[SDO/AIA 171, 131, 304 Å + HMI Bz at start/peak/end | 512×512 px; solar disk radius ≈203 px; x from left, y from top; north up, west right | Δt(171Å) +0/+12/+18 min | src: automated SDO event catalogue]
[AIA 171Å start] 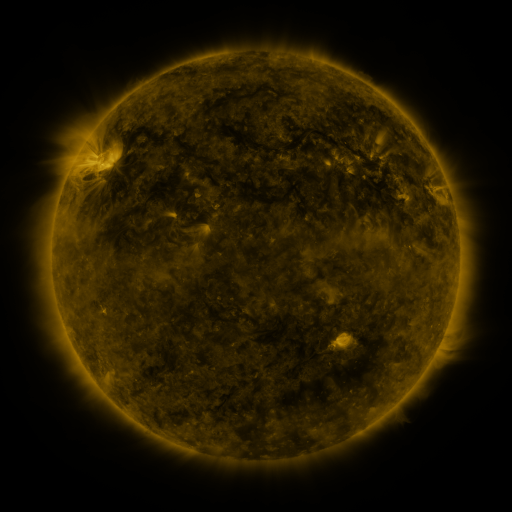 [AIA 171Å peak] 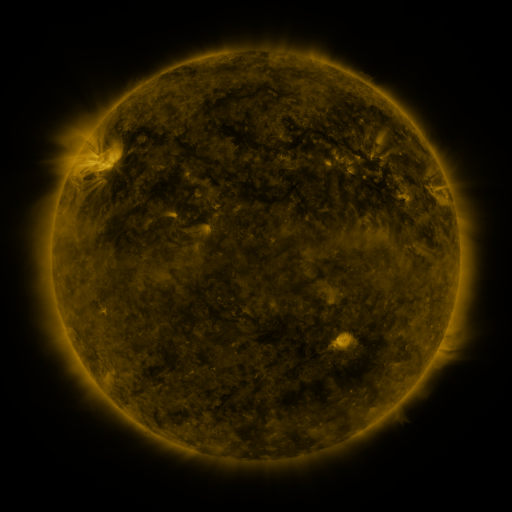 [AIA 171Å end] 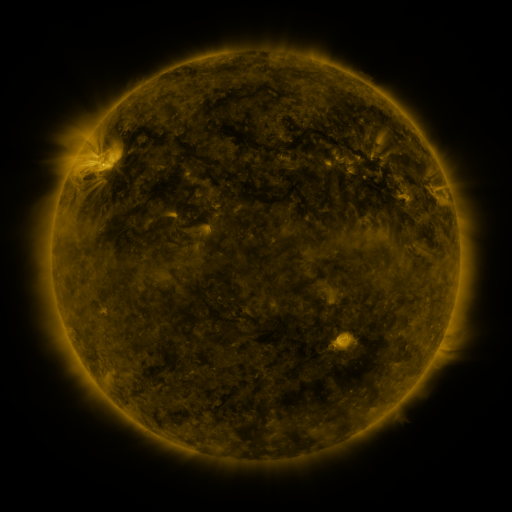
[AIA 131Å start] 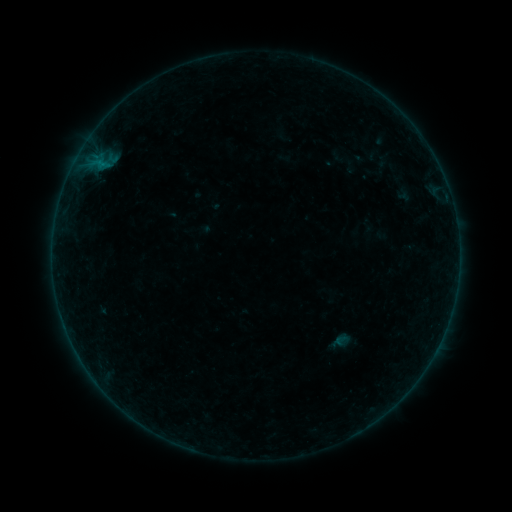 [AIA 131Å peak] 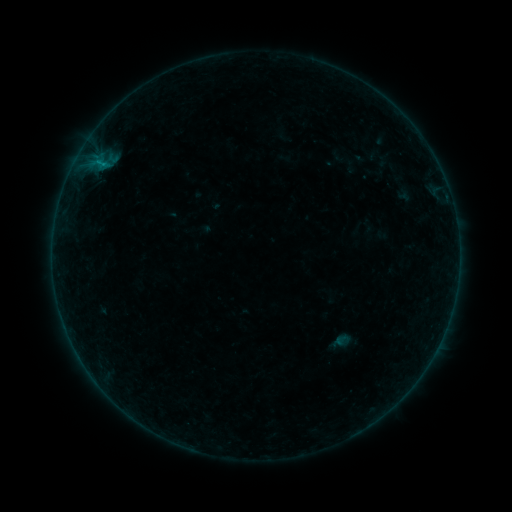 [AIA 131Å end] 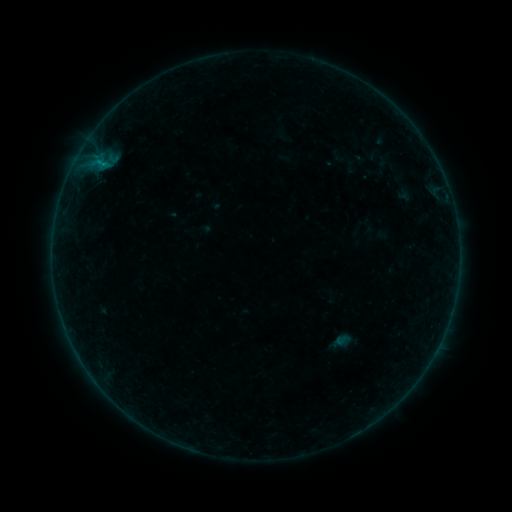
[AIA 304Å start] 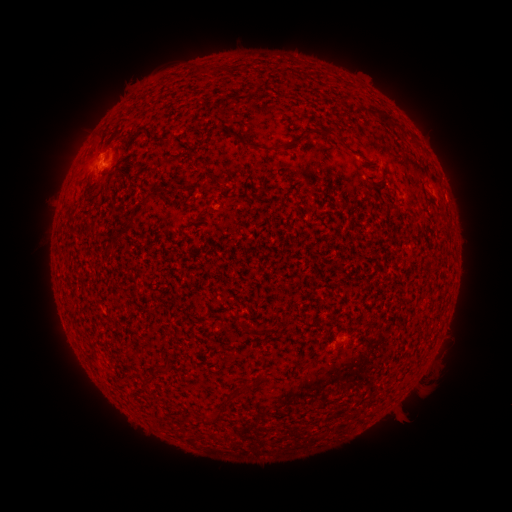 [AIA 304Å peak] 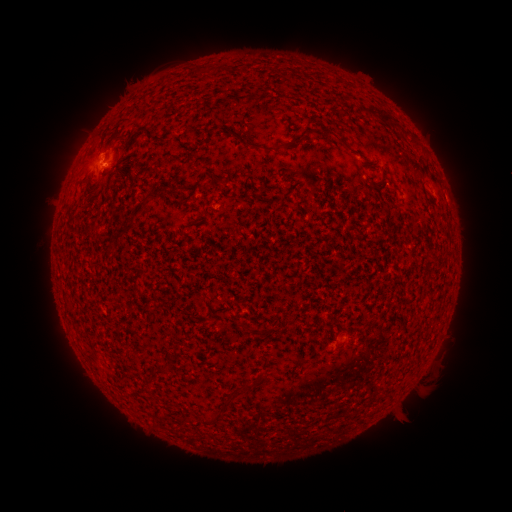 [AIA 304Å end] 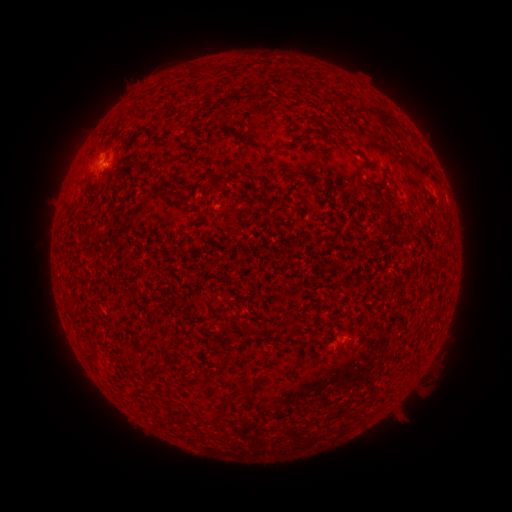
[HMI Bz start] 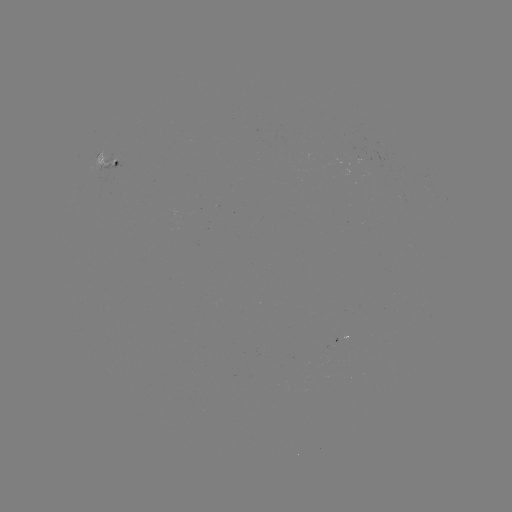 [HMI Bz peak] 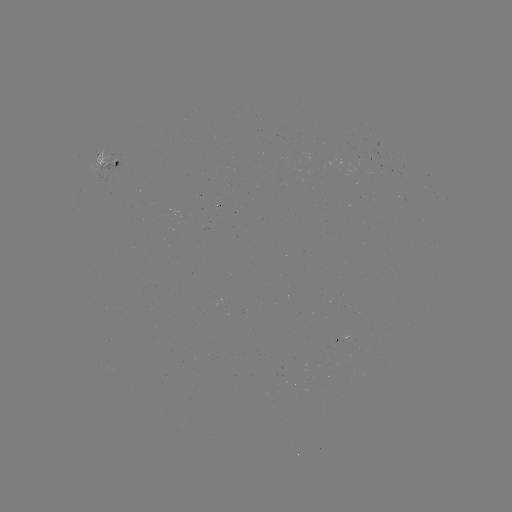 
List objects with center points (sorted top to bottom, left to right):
B2.2 flare: (338, 334)
